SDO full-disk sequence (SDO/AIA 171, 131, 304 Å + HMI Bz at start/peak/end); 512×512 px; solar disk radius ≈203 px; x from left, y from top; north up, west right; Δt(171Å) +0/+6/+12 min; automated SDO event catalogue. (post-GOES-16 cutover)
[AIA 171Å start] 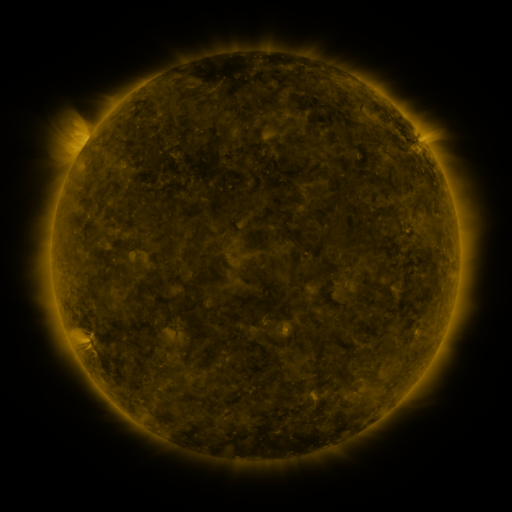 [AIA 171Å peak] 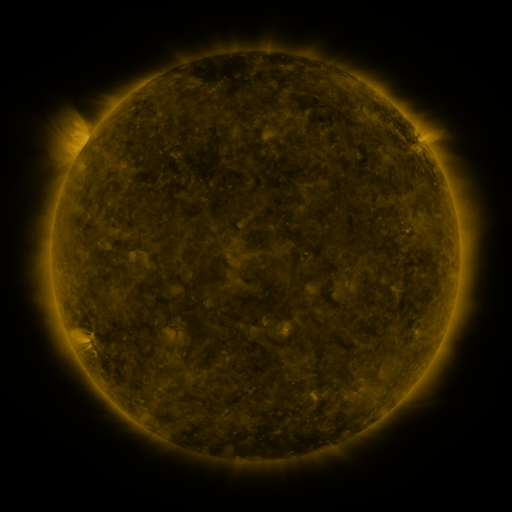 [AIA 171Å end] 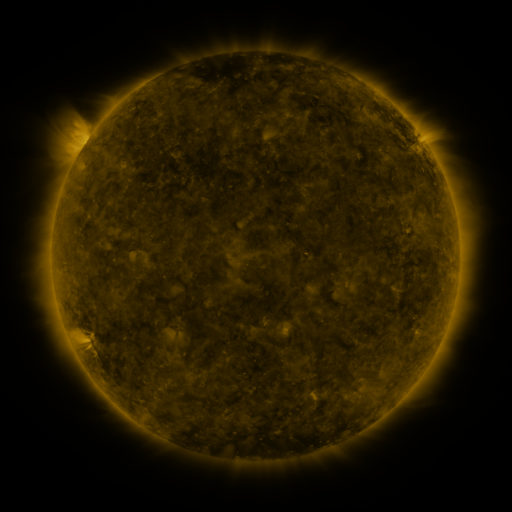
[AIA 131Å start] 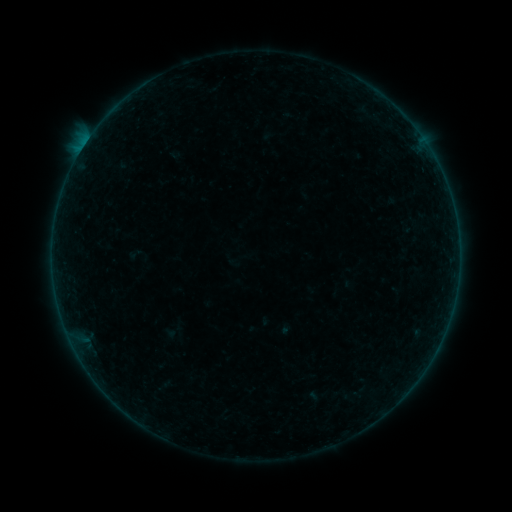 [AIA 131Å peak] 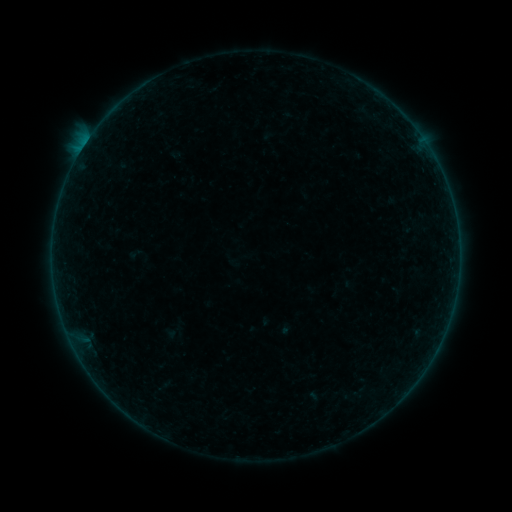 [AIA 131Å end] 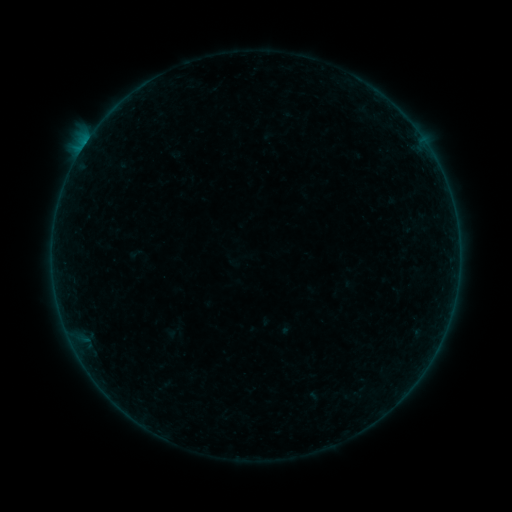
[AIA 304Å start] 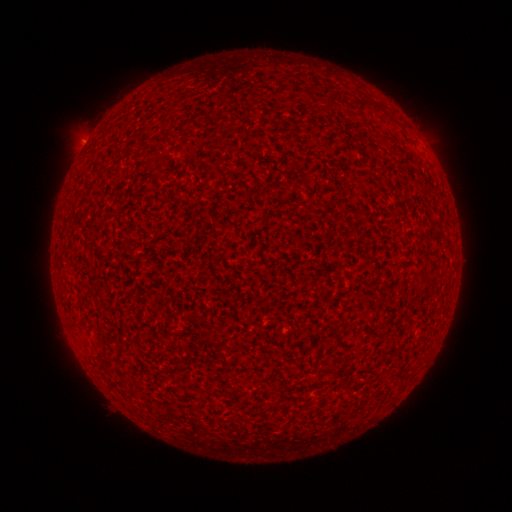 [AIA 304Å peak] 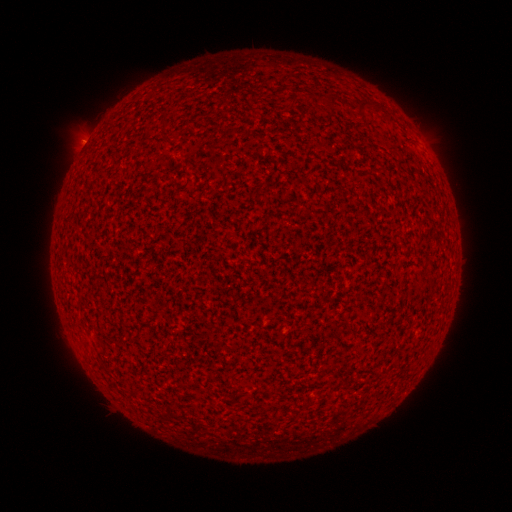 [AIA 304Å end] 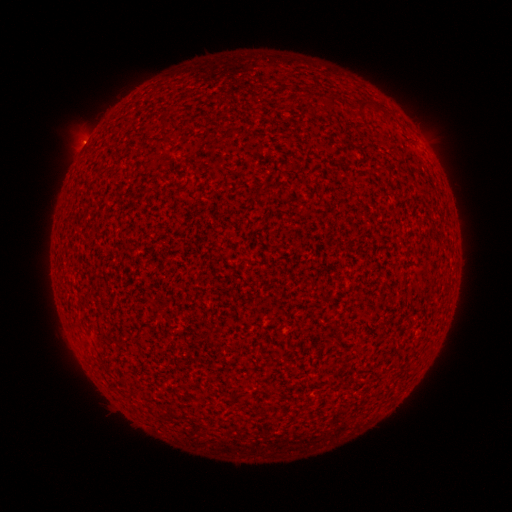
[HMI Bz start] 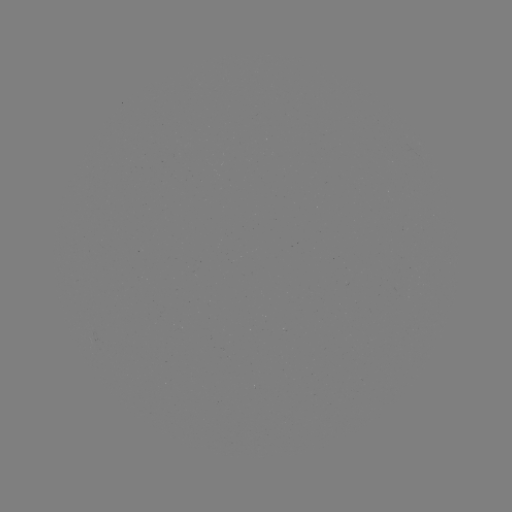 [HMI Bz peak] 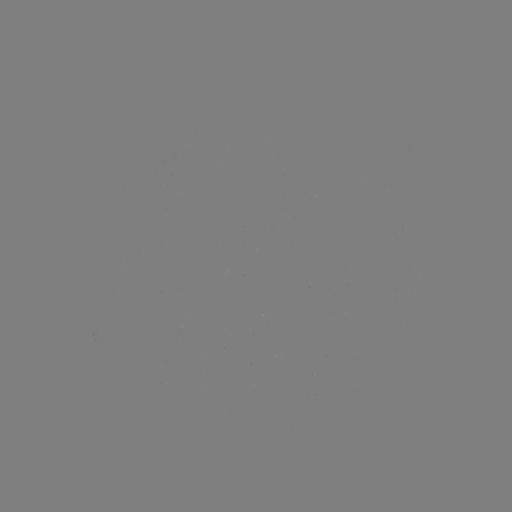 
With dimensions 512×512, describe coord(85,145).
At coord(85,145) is B1.6 flare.